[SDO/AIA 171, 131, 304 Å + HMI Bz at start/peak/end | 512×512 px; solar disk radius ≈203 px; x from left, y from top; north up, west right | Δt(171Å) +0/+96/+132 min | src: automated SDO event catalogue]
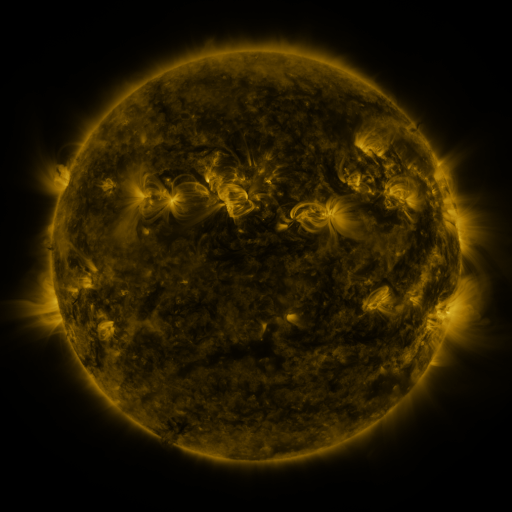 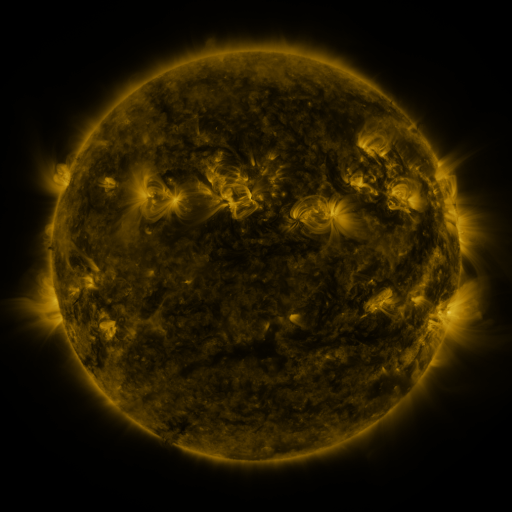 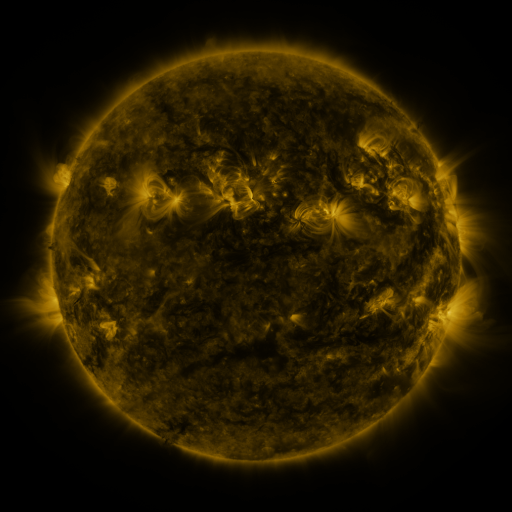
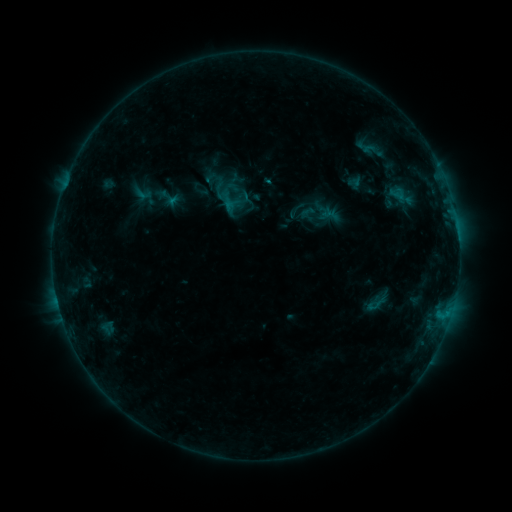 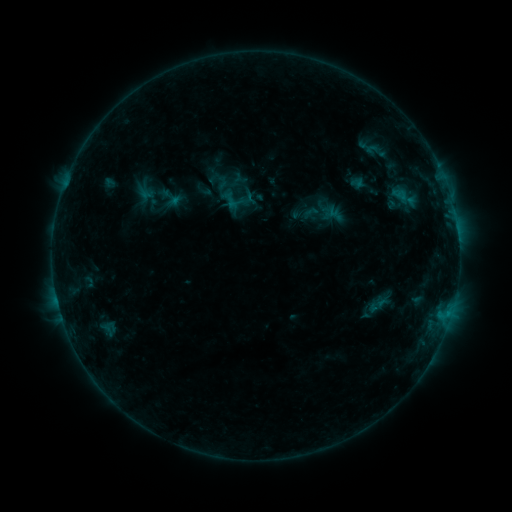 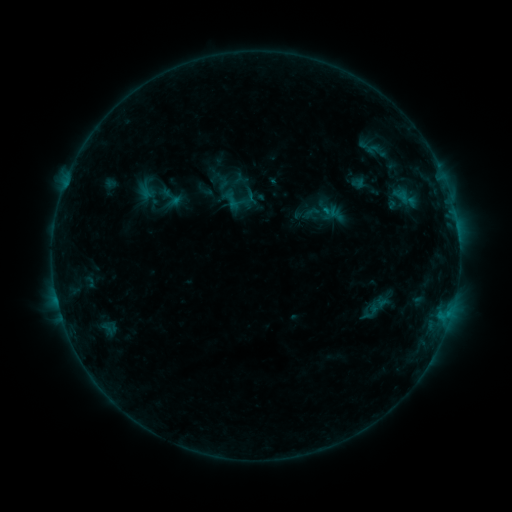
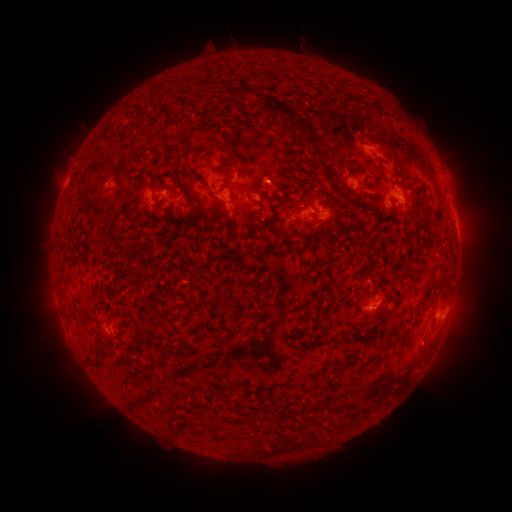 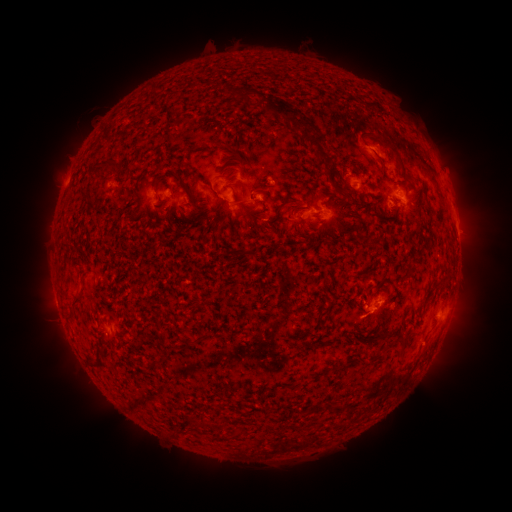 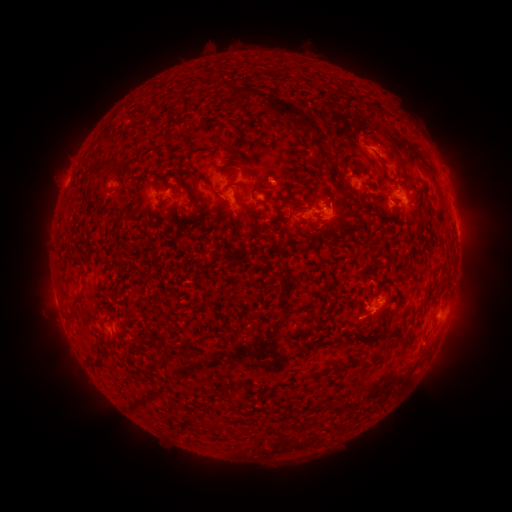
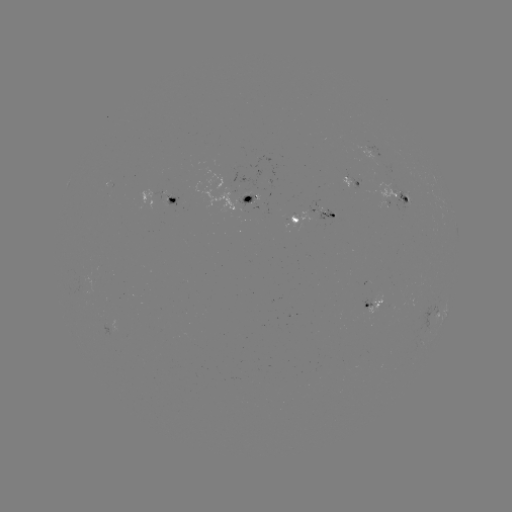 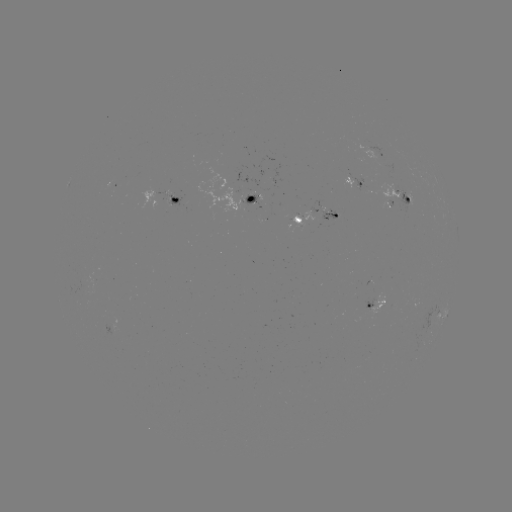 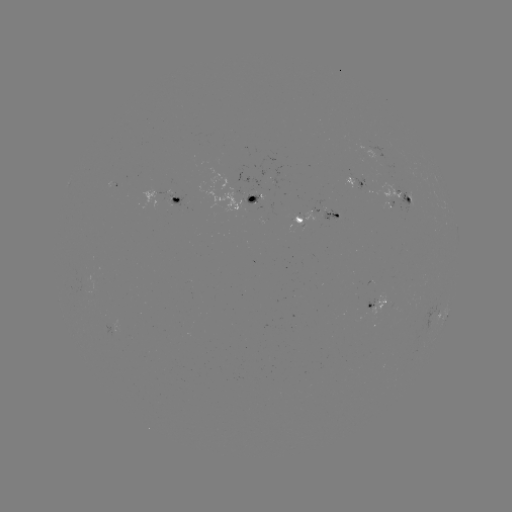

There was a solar emerging-flux region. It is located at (409, 198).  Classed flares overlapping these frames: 1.